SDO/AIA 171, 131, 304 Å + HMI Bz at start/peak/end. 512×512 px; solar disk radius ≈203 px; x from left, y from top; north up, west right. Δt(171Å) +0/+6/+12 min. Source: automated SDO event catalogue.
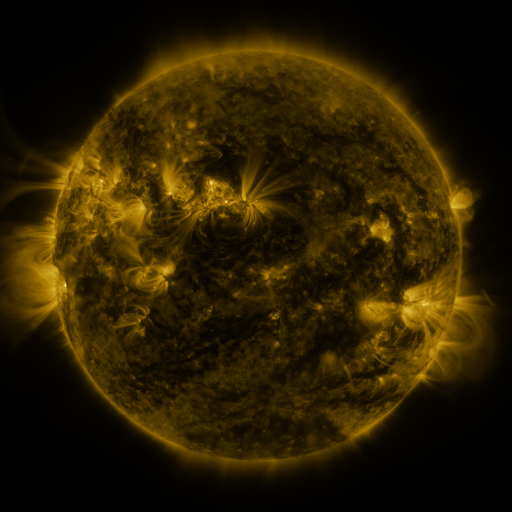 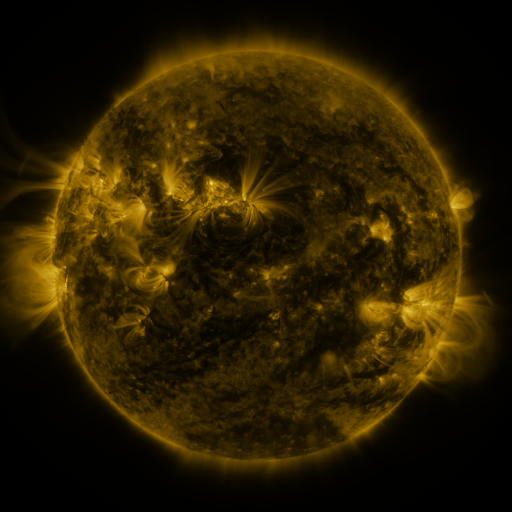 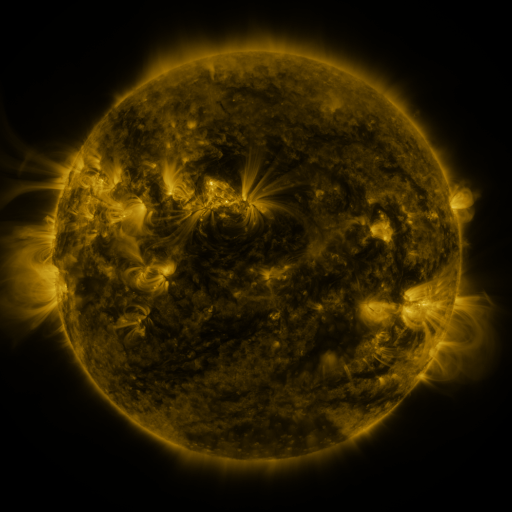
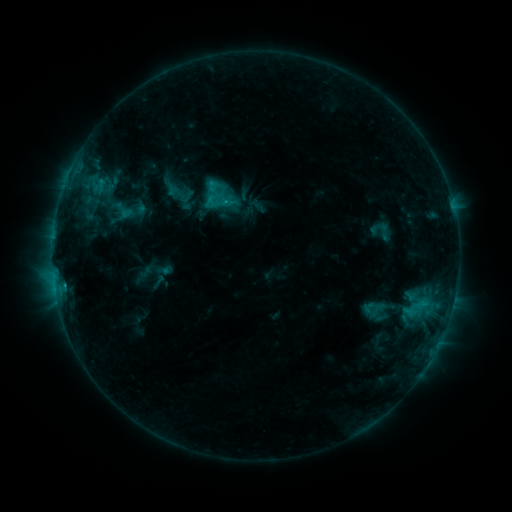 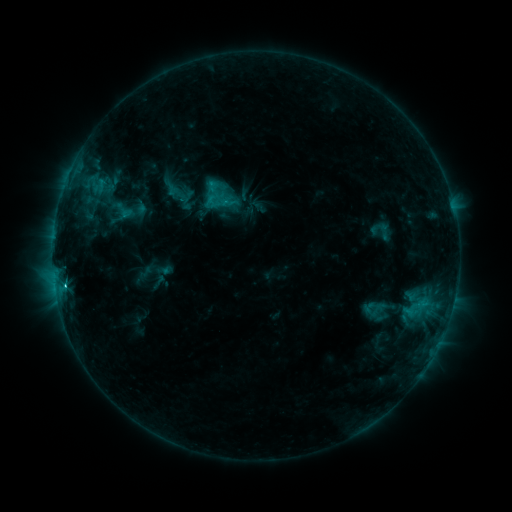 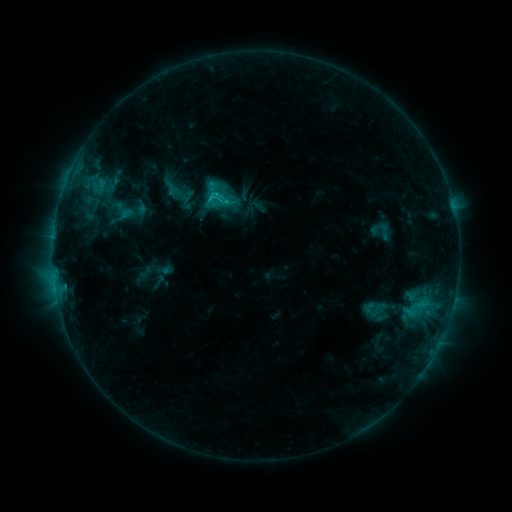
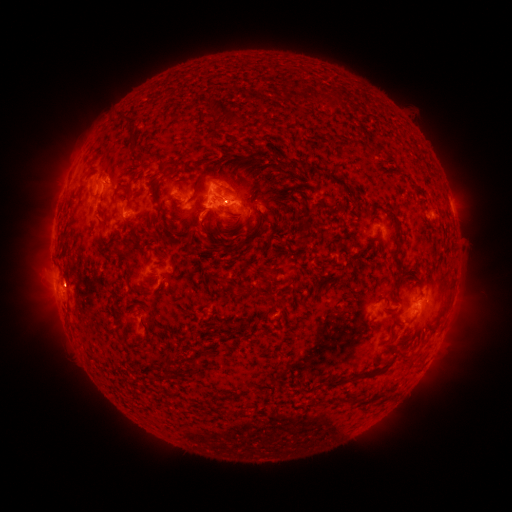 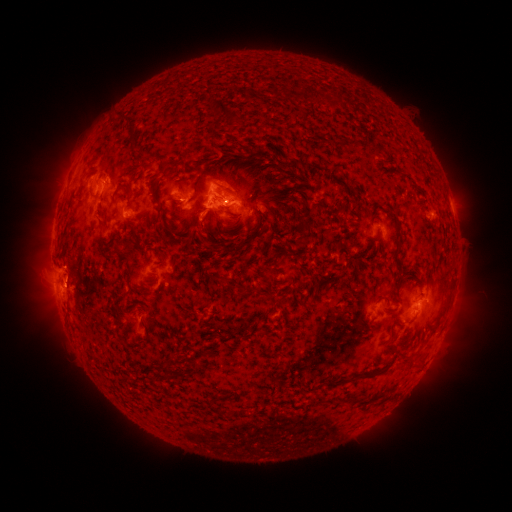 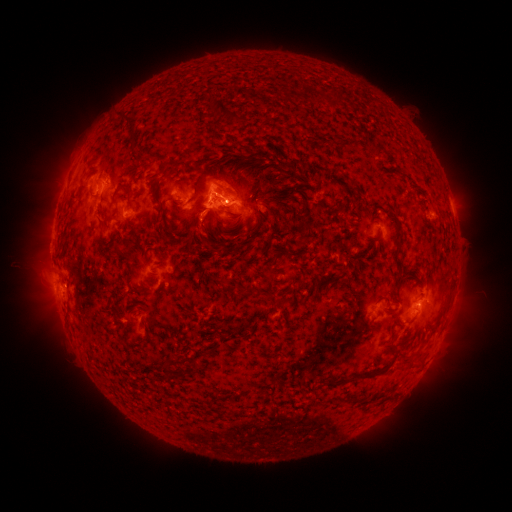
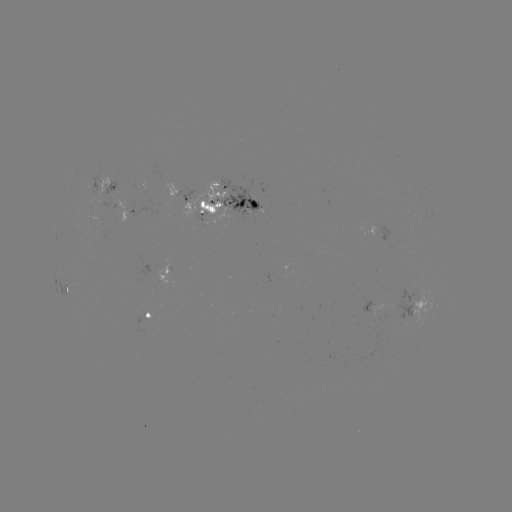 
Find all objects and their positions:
C1.7 flare: (65, 280)
